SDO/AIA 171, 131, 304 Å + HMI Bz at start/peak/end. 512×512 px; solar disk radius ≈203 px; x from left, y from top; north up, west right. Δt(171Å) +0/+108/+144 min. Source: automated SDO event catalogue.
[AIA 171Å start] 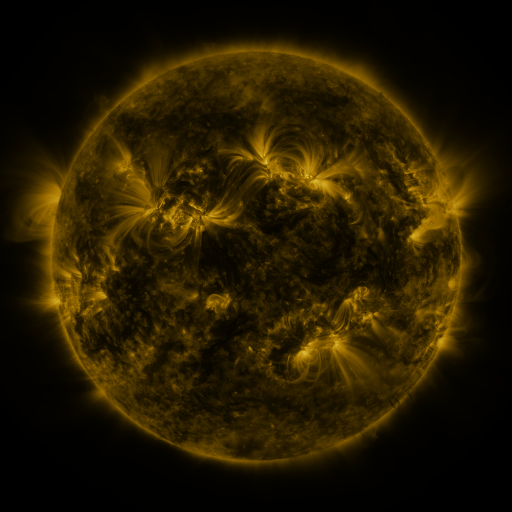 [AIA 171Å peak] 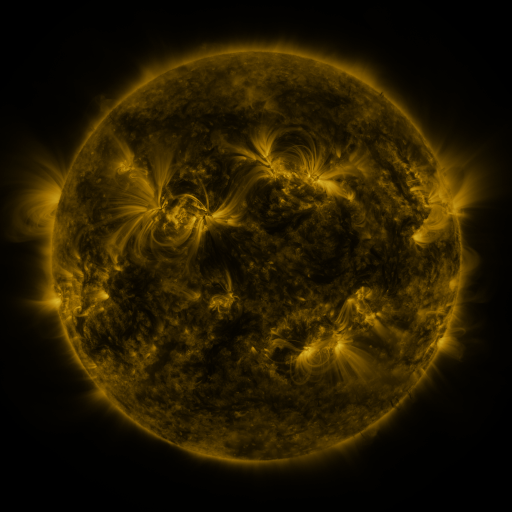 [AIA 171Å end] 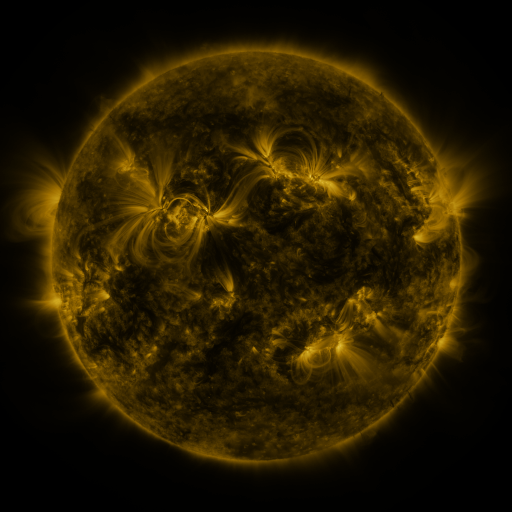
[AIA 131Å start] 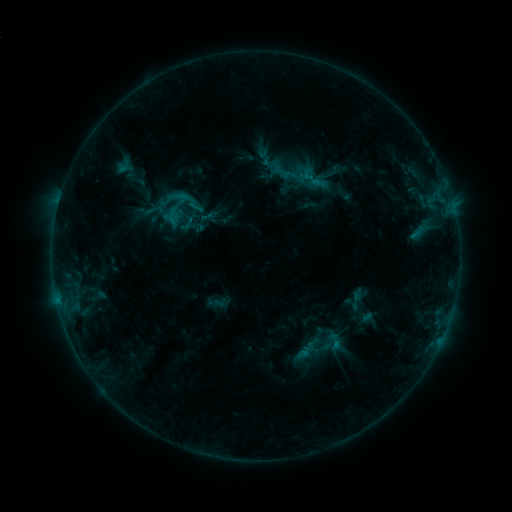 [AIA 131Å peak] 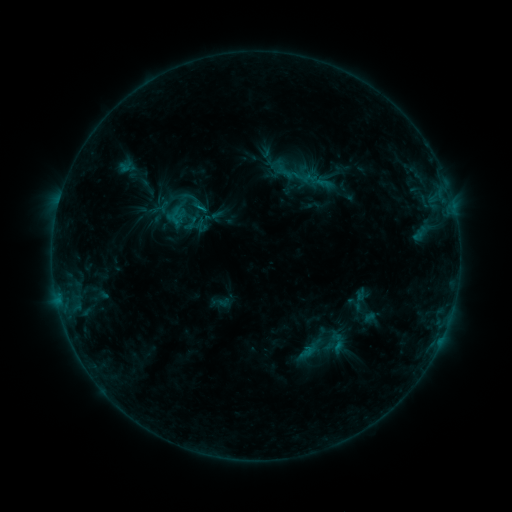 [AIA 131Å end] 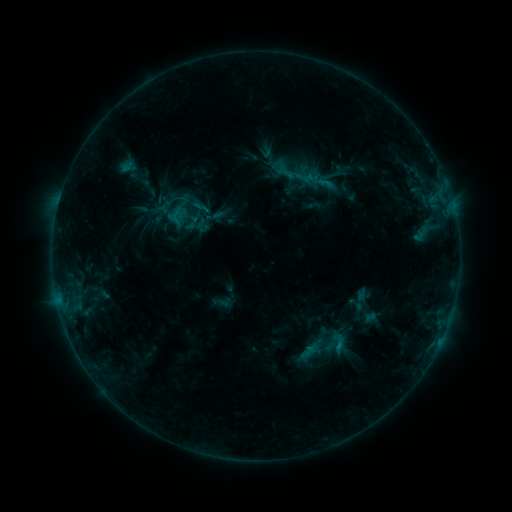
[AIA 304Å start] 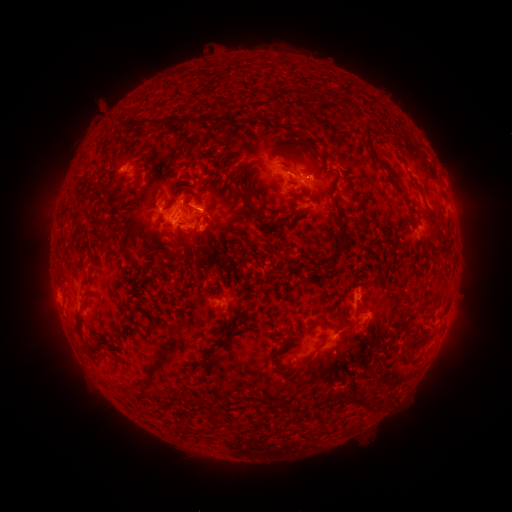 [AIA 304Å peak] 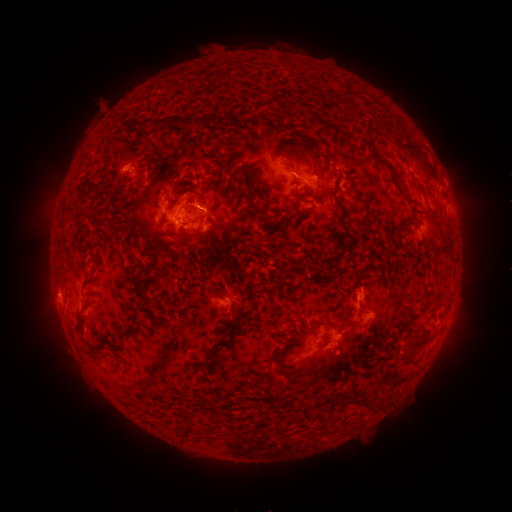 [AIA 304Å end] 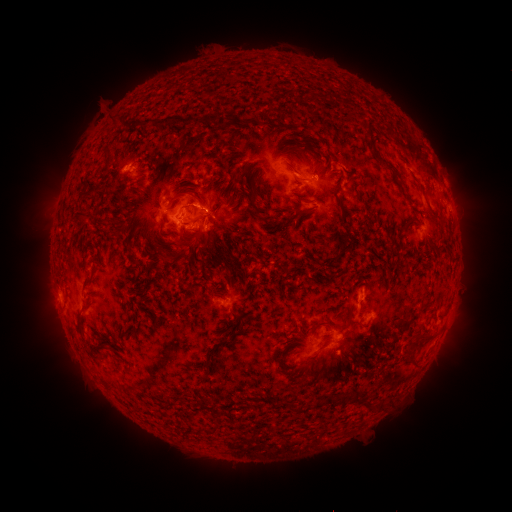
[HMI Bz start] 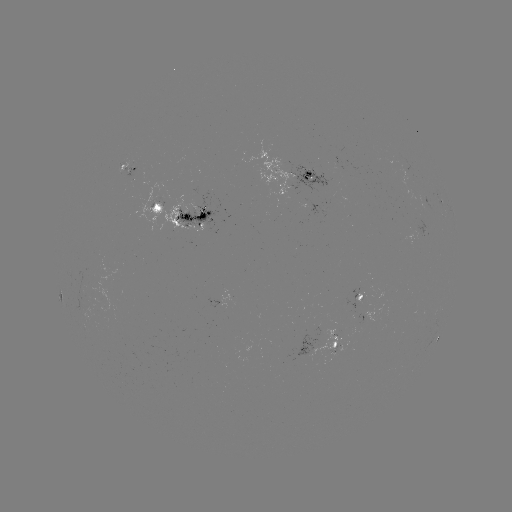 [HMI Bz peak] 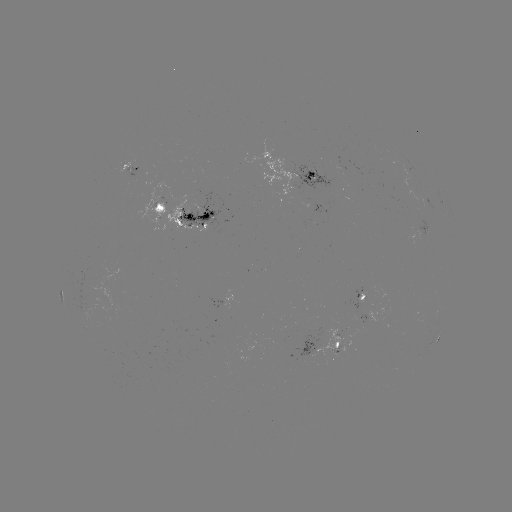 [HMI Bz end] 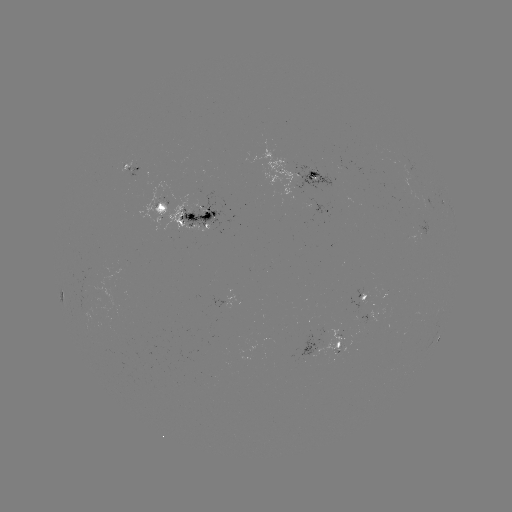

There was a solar emerging-flux region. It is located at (337, 345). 